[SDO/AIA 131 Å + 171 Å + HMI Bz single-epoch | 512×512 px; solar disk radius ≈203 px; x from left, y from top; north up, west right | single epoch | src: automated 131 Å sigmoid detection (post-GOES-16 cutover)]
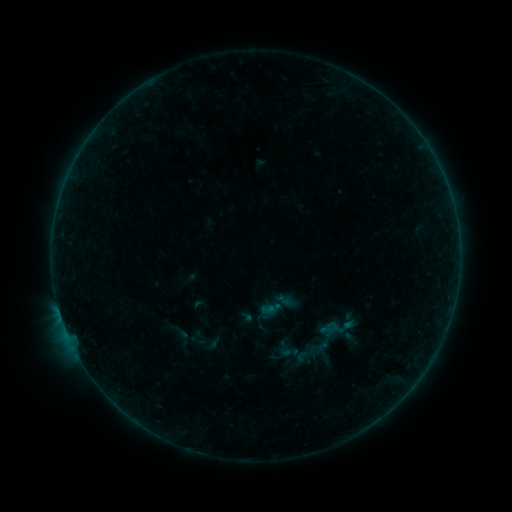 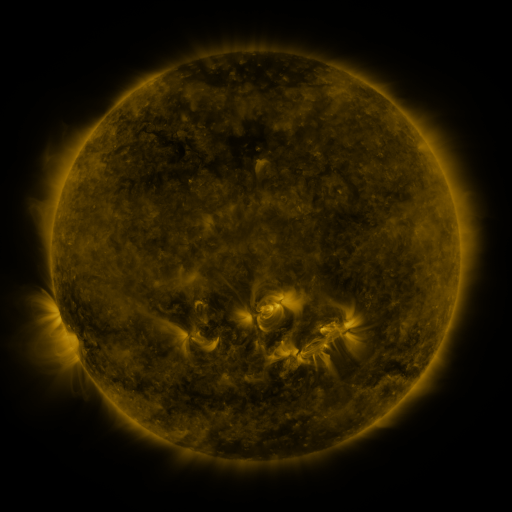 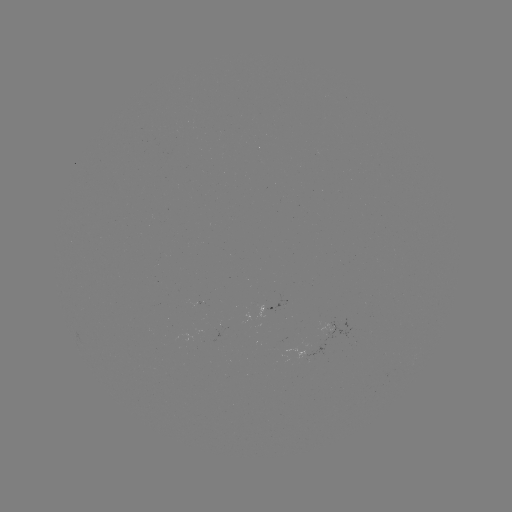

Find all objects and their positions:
sigmoid: (306, 354)
